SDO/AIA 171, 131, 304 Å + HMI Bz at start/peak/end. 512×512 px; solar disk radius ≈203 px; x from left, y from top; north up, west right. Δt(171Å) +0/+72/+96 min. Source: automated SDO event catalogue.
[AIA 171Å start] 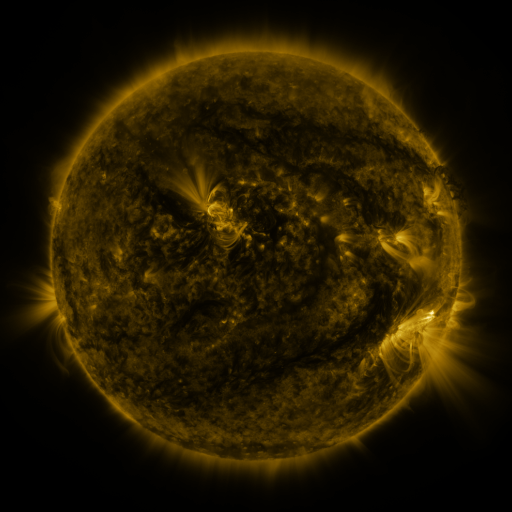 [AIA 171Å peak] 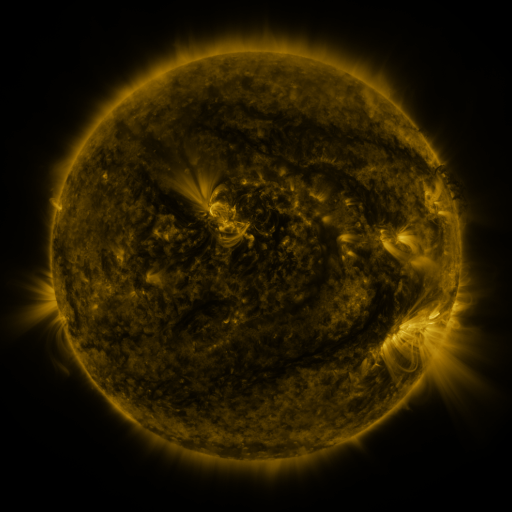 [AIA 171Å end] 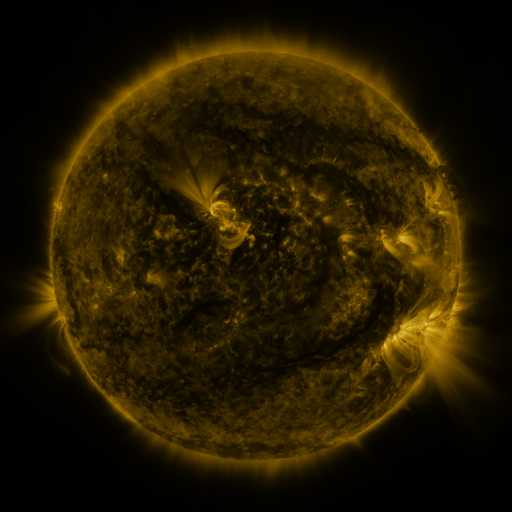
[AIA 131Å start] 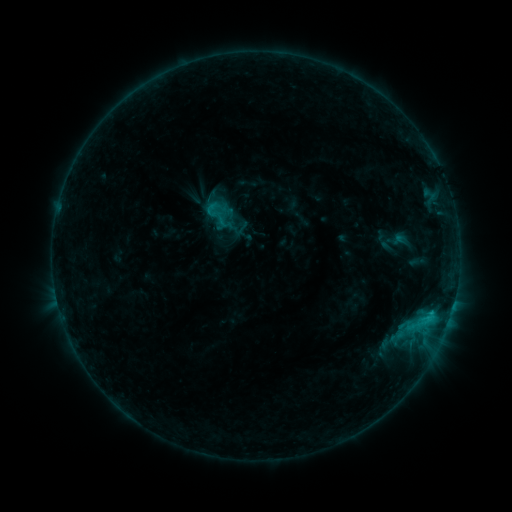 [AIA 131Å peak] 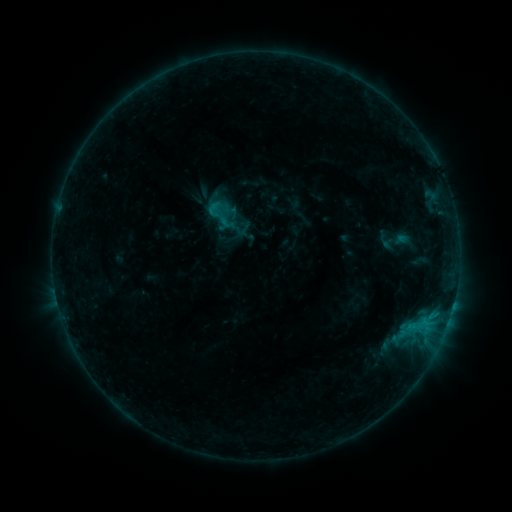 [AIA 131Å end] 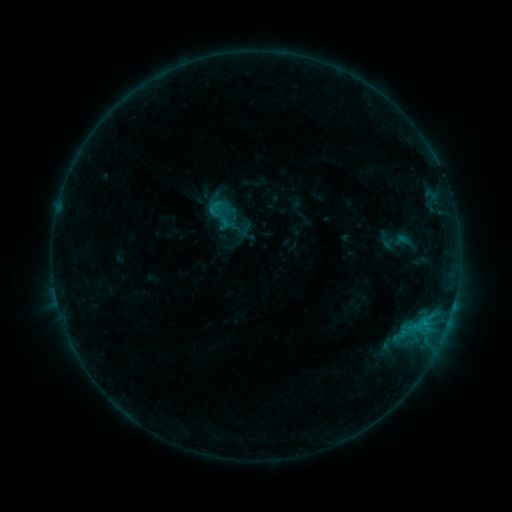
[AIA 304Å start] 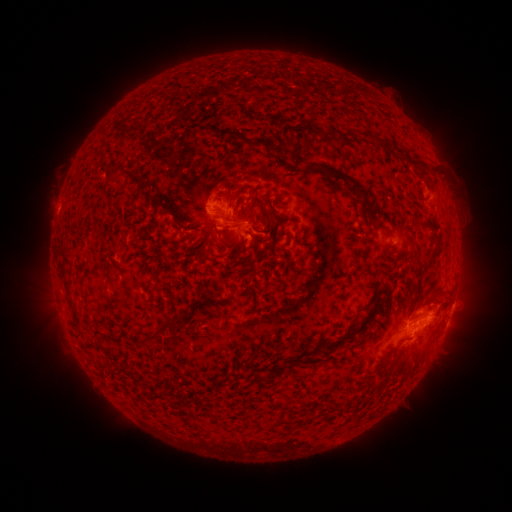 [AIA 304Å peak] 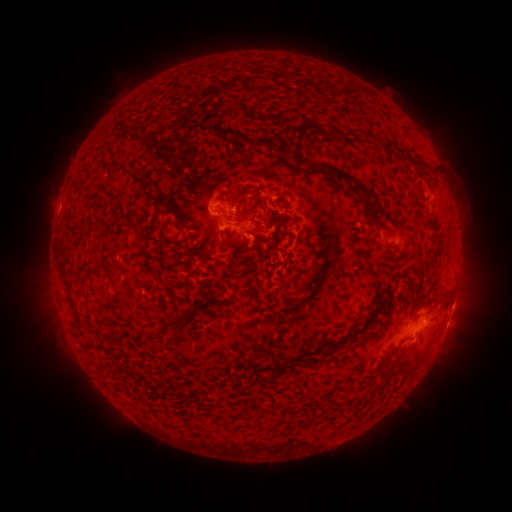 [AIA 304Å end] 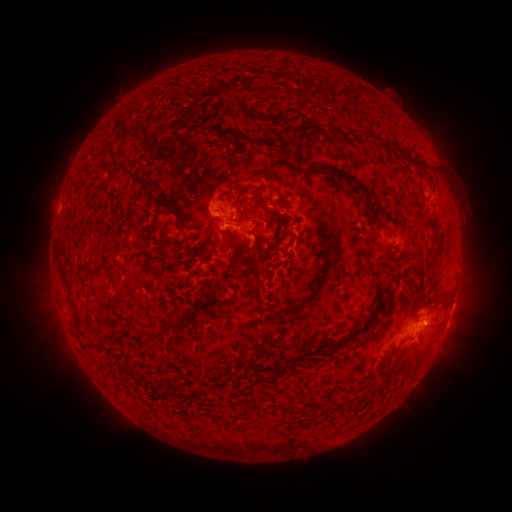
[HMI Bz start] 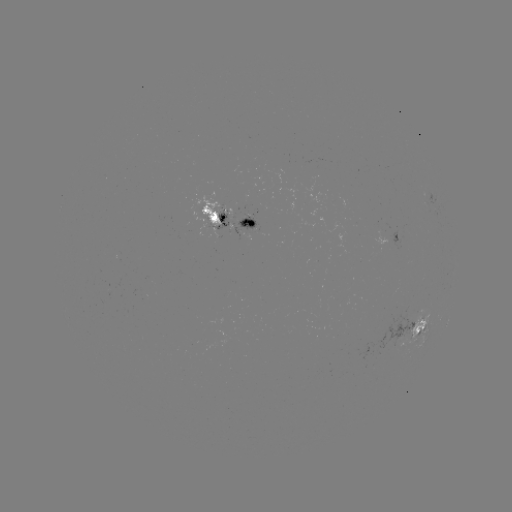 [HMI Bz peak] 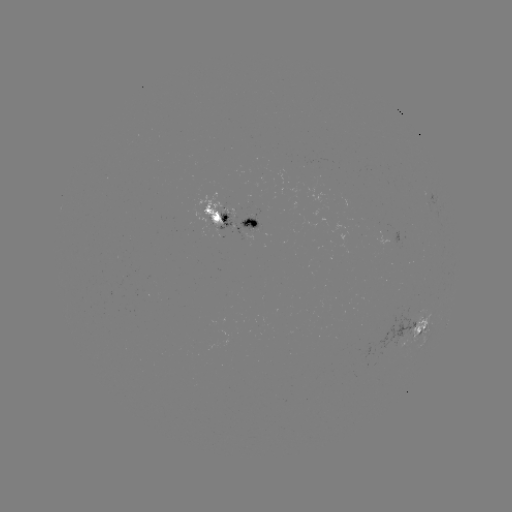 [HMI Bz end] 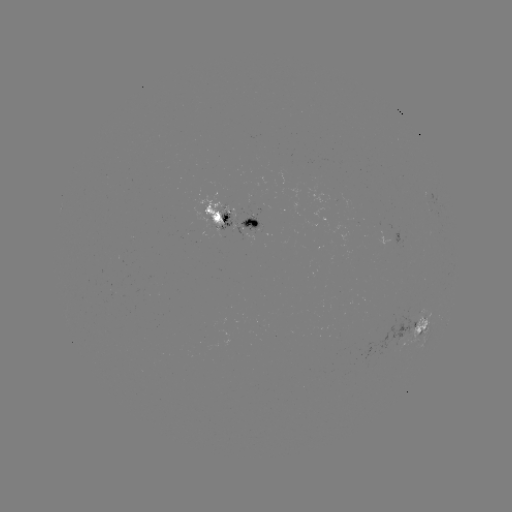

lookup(emerging-flux region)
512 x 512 (241, 215)